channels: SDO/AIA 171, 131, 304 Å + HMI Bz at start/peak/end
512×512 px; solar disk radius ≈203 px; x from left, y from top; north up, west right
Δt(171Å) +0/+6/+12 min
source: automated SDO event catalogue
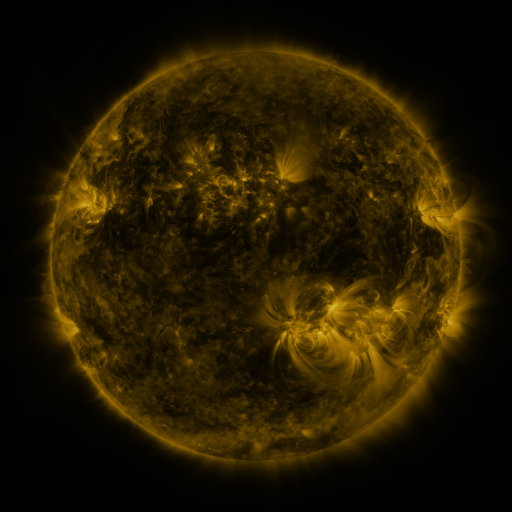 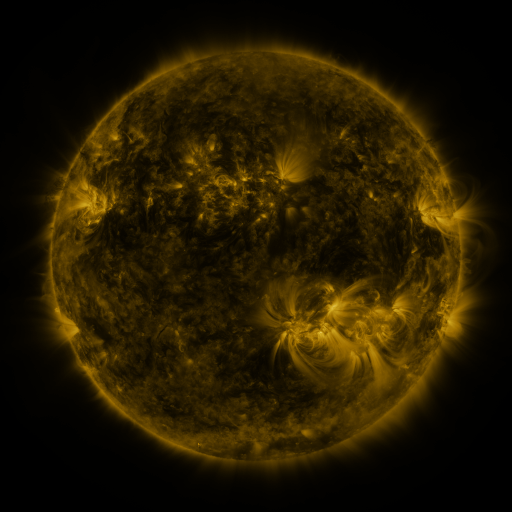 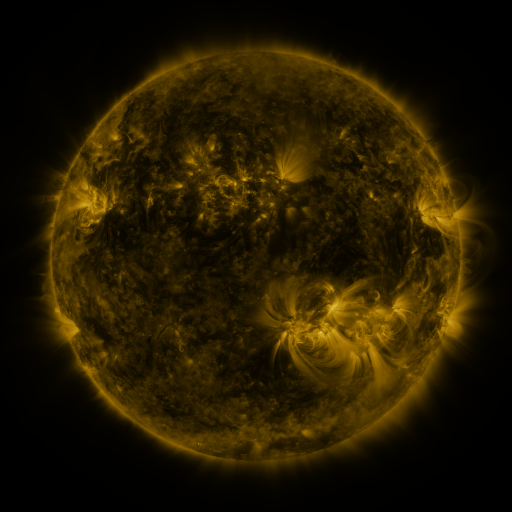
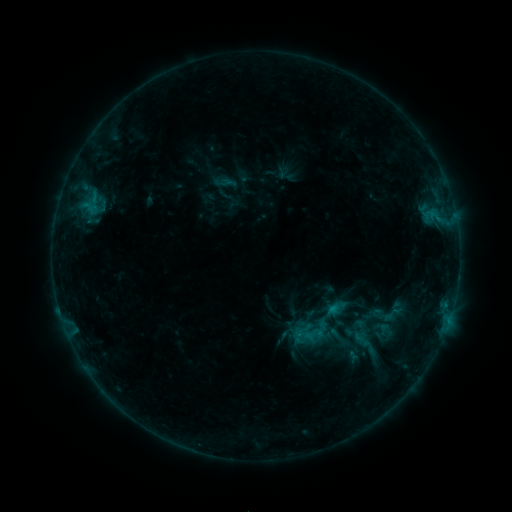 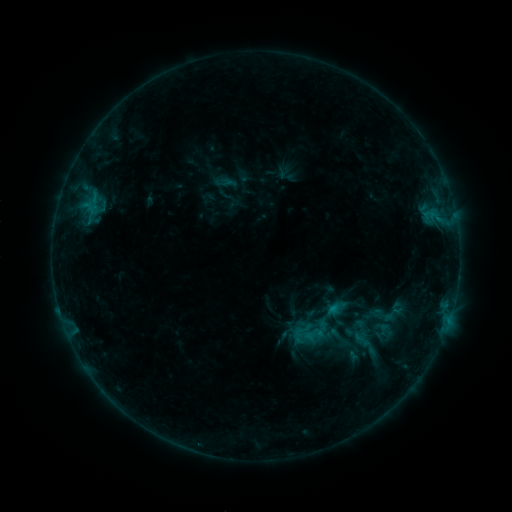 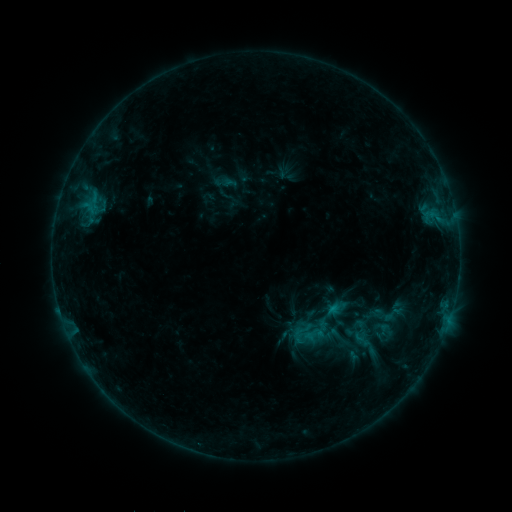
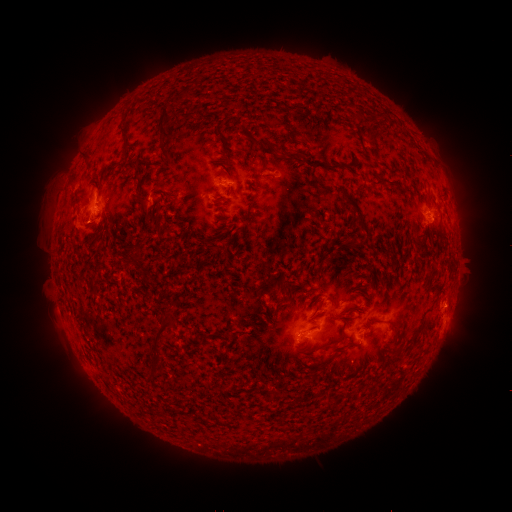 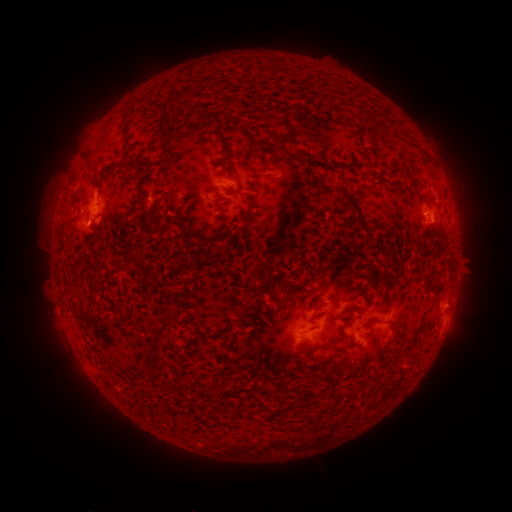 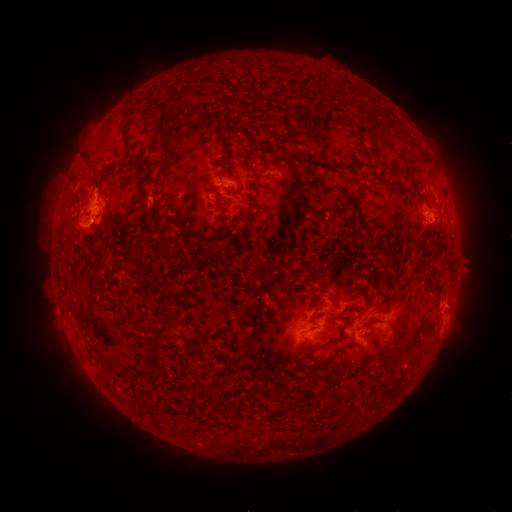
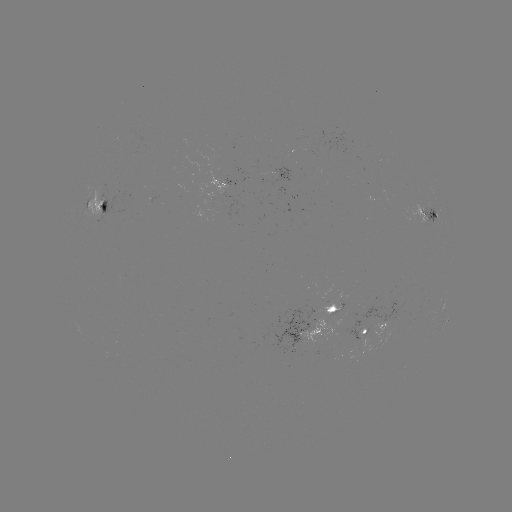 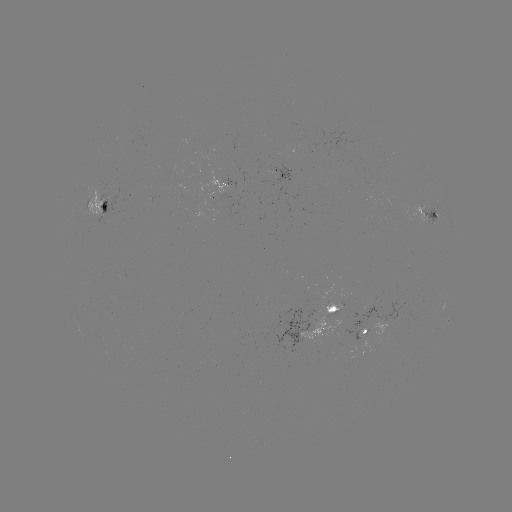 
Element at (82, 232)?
eruption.